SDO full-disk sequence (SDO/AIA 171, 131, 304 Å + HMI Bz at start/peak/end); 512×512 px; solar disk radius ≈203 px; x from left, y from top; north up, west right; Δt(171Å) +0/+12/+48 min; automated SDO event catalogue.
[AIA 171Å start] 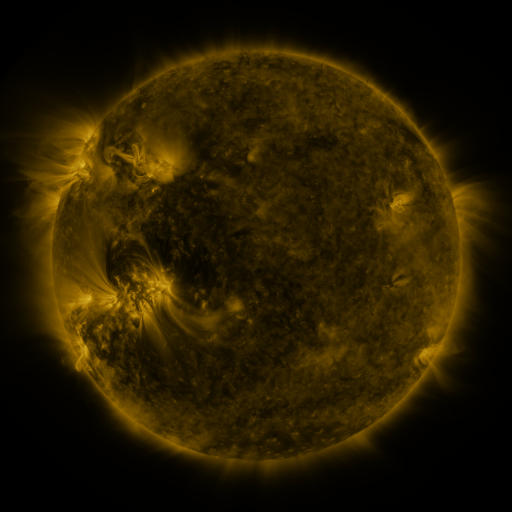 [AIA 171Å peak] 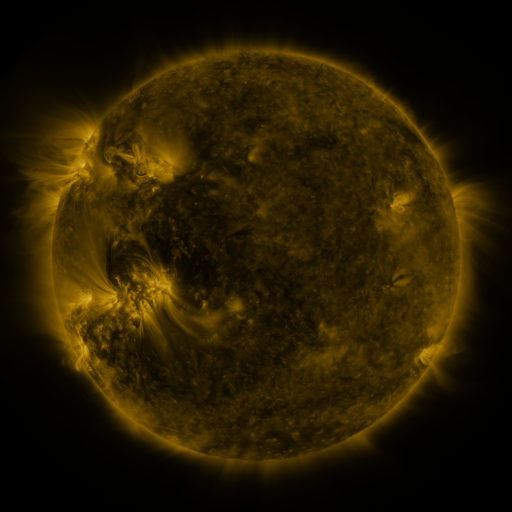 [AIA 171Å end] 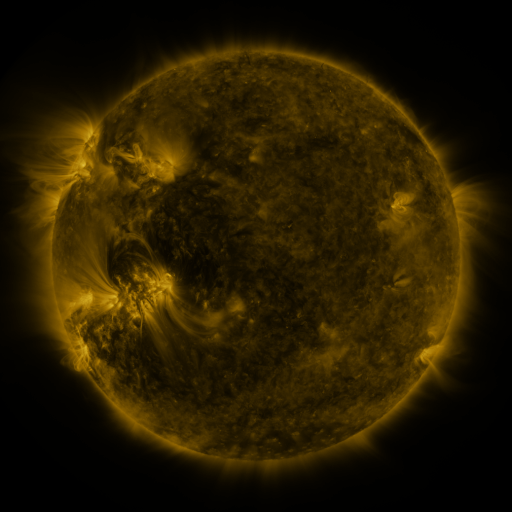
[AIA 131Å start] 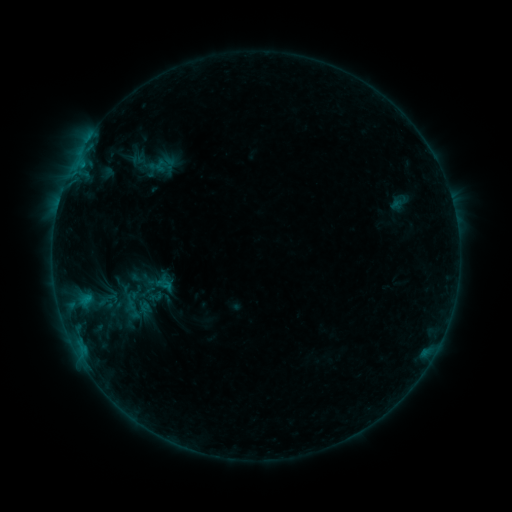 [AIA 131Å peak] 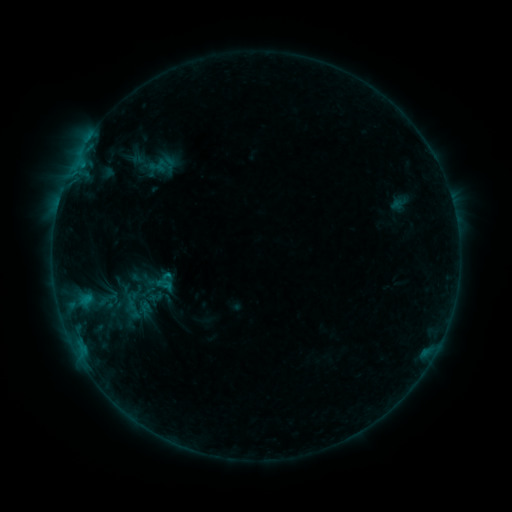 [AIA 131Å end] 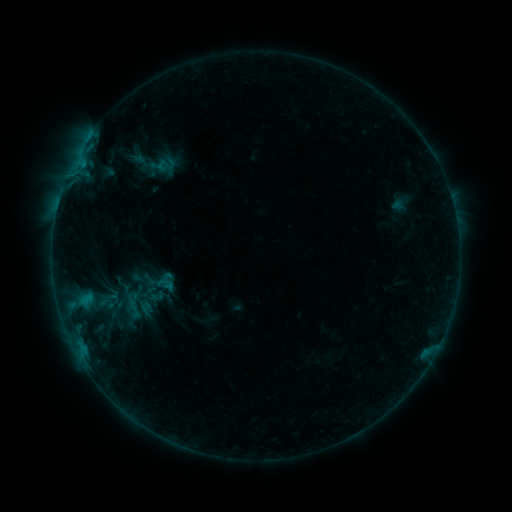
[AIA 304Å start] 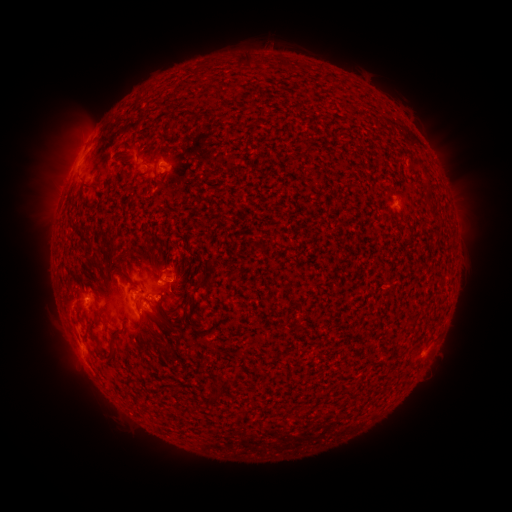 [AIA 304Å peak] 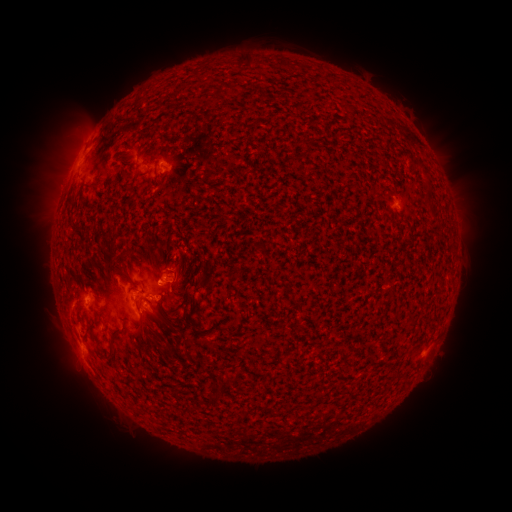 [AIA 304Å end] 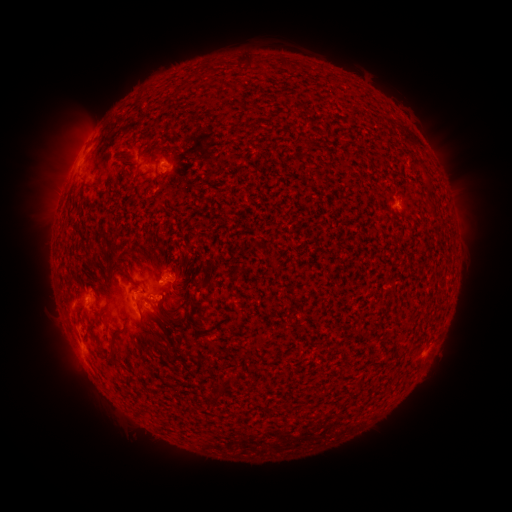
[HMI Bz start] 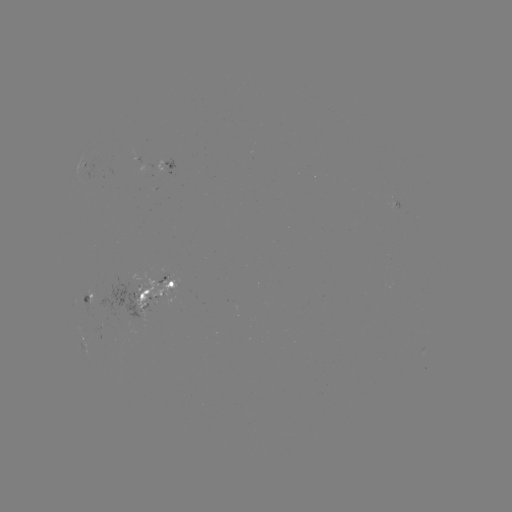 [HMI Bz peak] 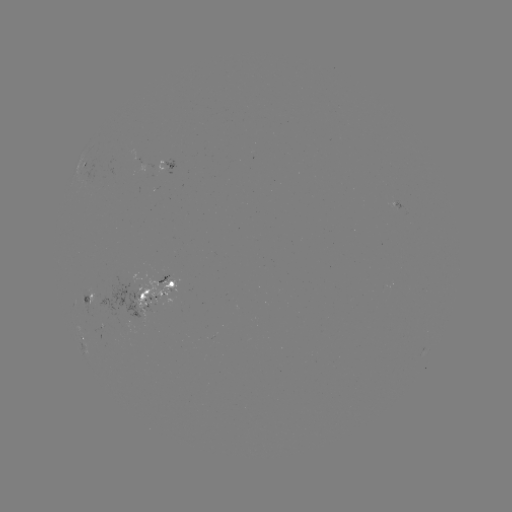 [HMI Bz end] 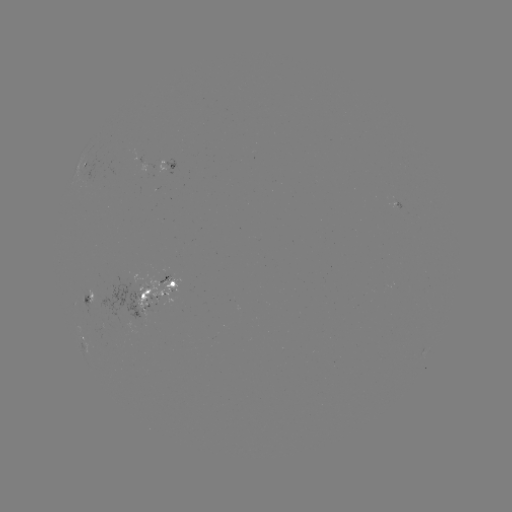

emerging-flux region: [157, 161, 164, 173]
